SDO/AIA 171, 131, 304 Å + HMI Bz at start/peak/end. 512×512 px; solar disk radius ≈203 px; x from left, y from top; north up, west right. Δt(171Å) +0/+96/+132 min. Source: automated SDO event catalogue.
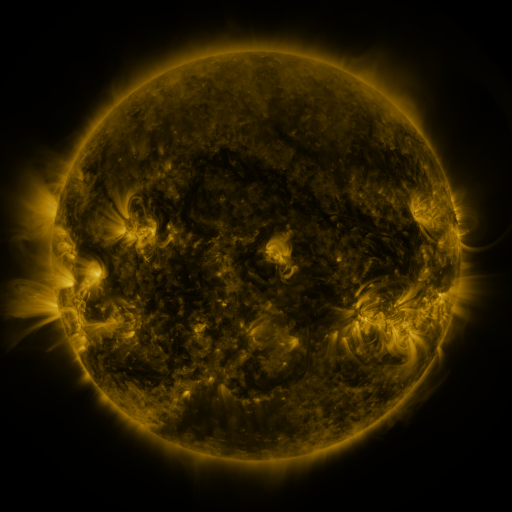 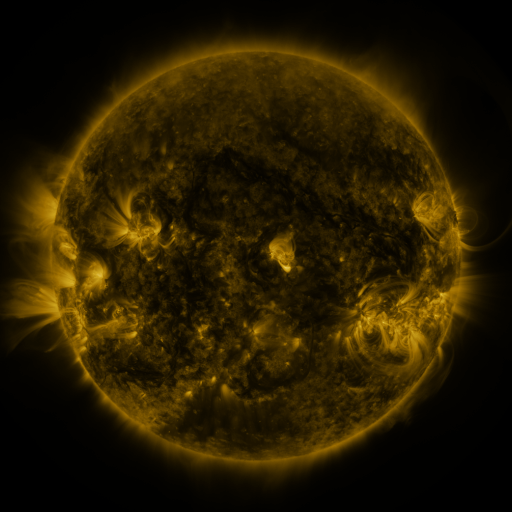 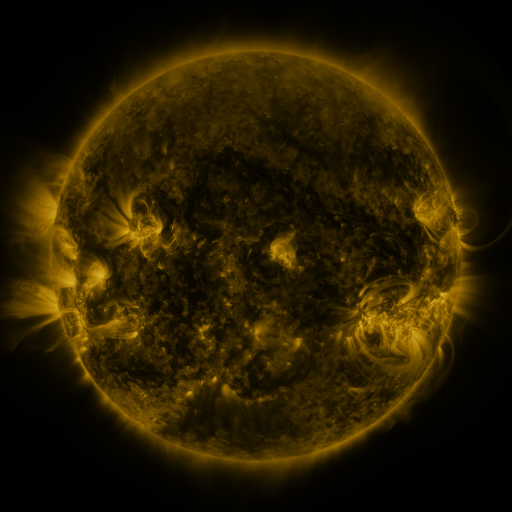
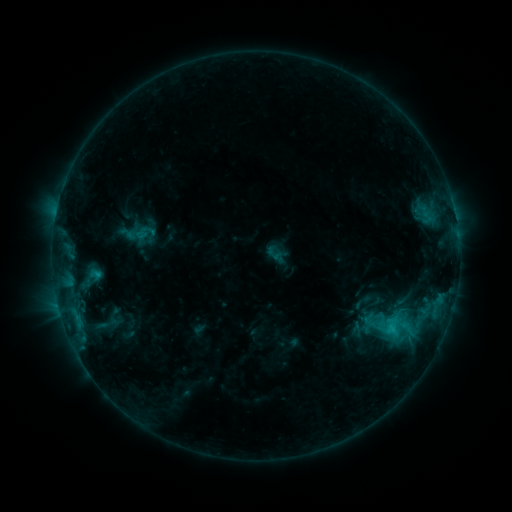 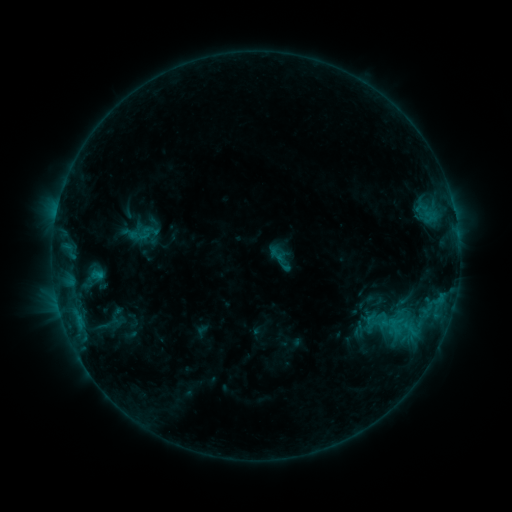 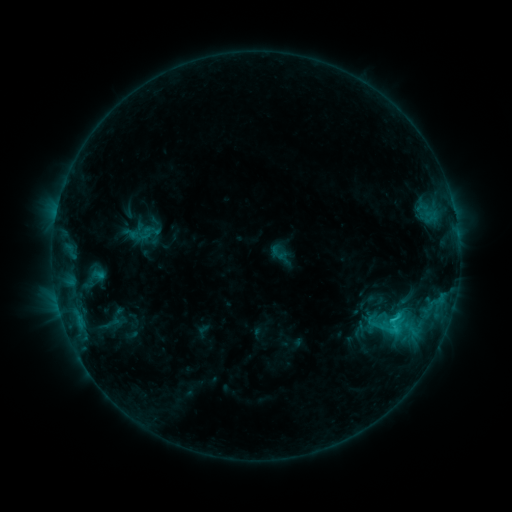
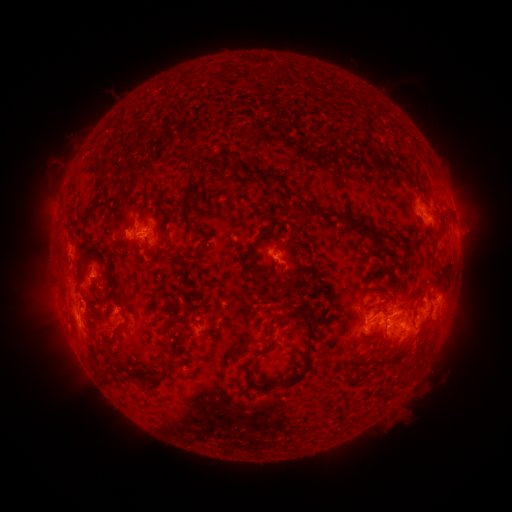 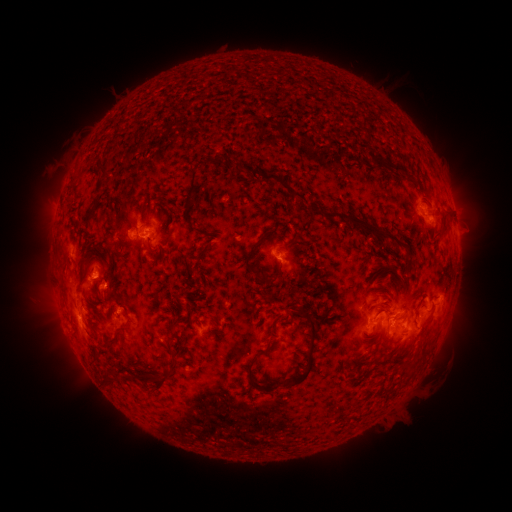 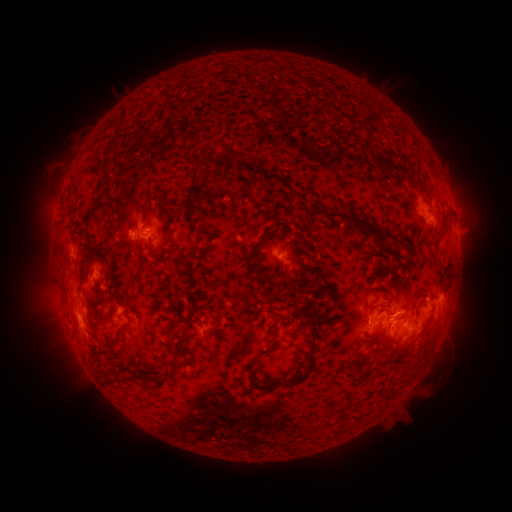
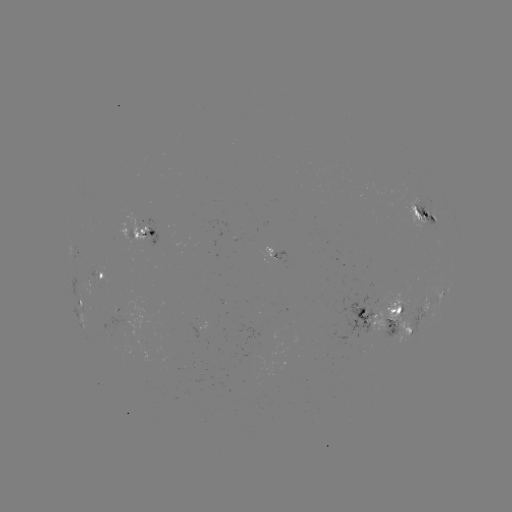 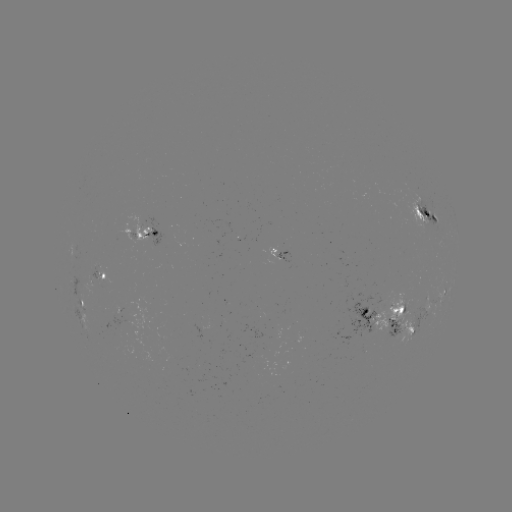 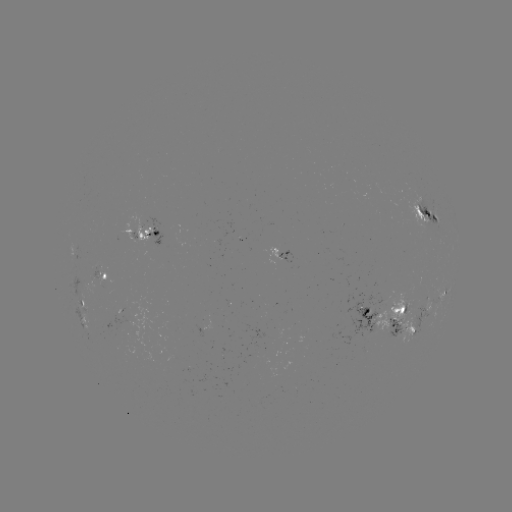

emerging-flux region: [370, 293, 413, 342]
